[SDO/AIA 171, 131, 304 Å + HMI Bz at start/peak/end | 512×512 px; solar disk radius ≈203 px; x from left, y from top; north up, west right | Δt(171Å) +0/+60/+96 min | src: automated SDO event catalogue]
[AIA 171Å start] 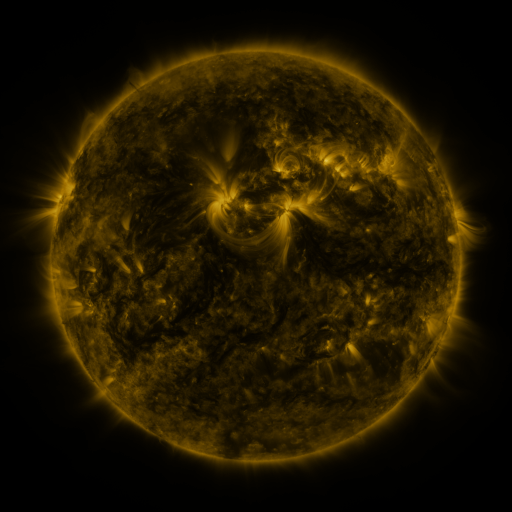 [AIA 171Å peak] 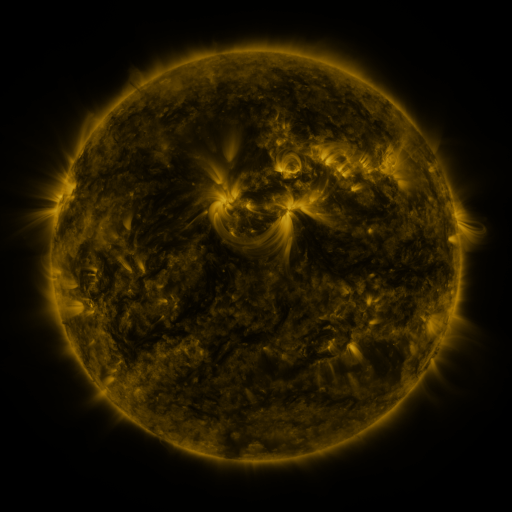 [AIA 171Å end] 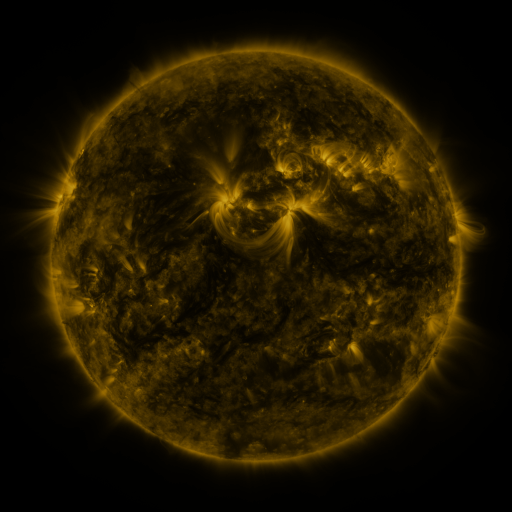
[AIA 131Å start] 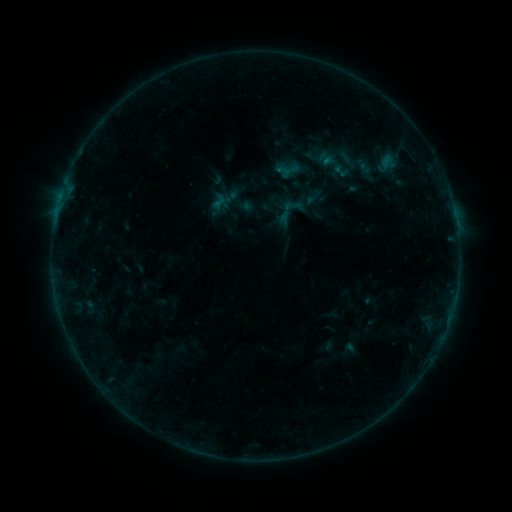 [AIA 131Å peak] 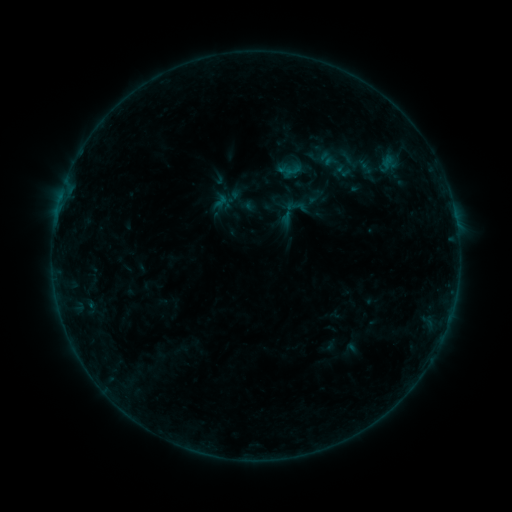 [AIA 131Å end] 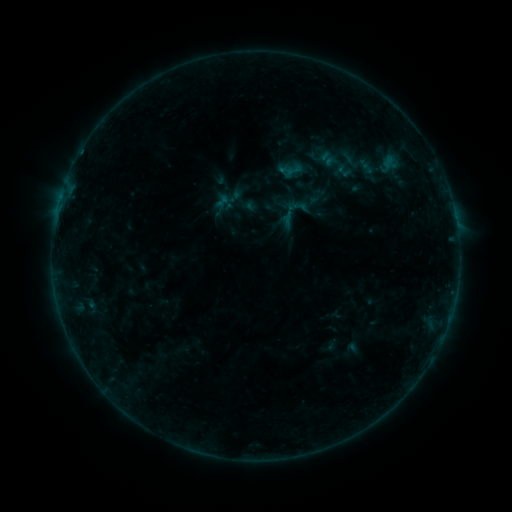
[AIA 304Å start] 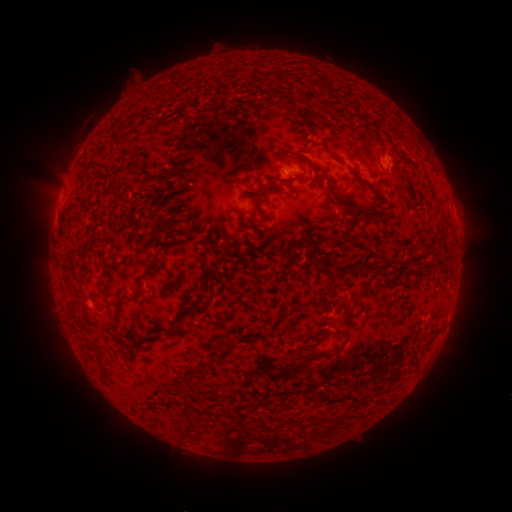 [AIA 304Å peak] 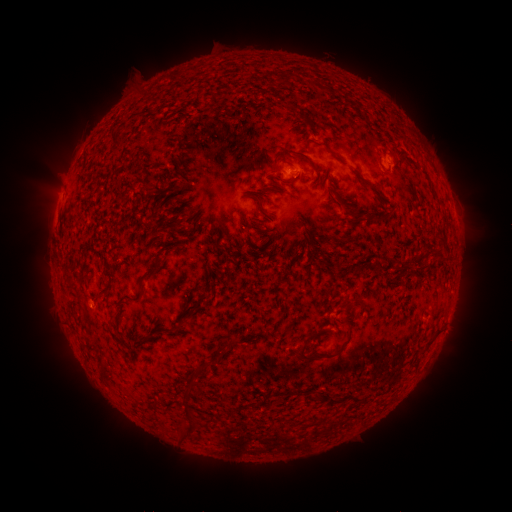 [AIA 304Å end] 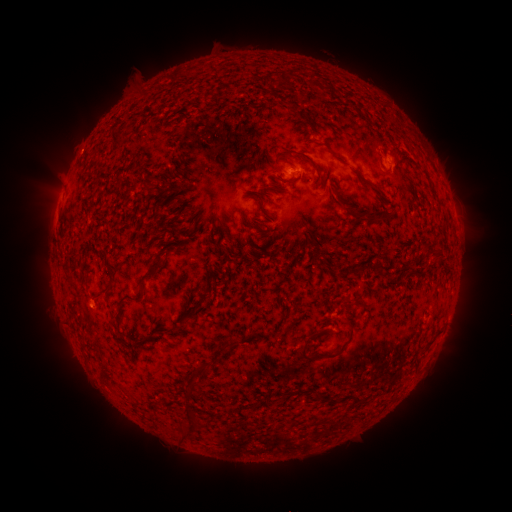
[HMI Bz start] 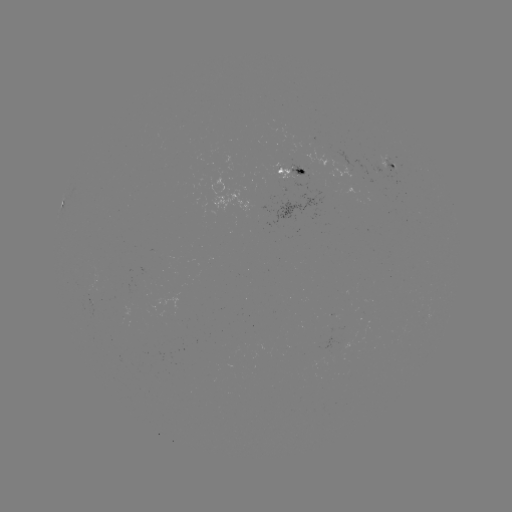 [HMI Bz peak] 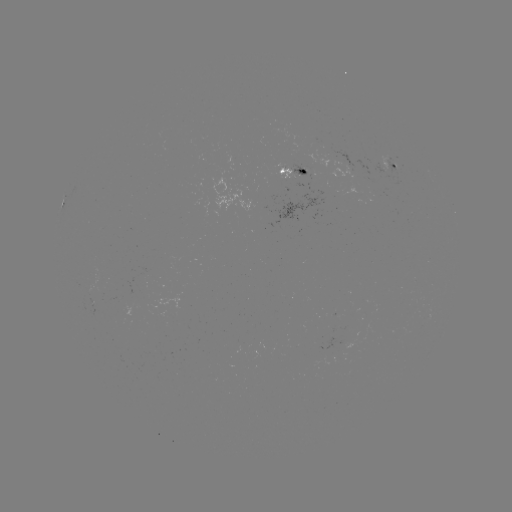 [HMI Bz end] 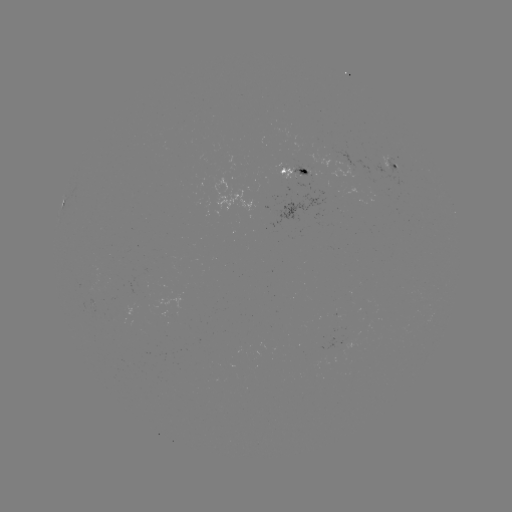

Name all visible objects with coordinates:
emerging-flux region: (381, 170)
